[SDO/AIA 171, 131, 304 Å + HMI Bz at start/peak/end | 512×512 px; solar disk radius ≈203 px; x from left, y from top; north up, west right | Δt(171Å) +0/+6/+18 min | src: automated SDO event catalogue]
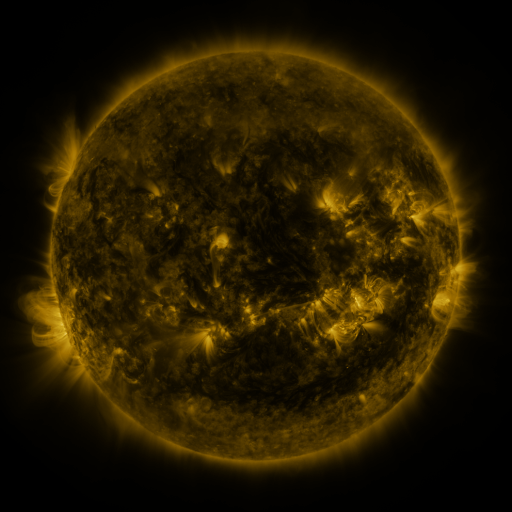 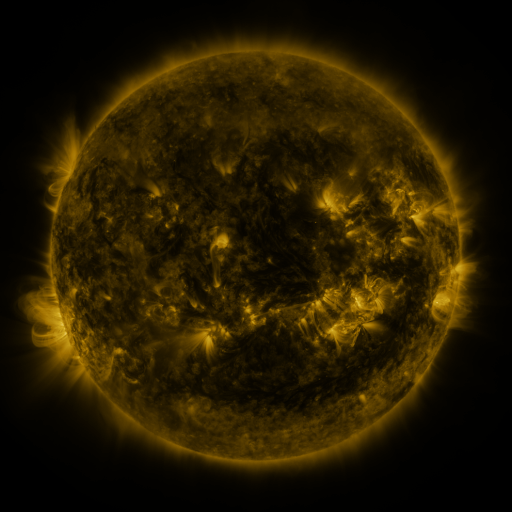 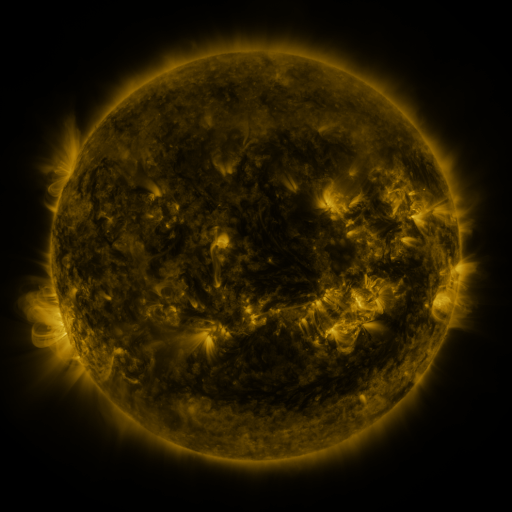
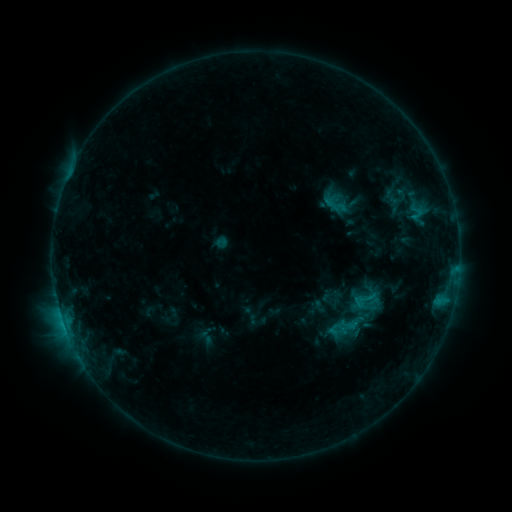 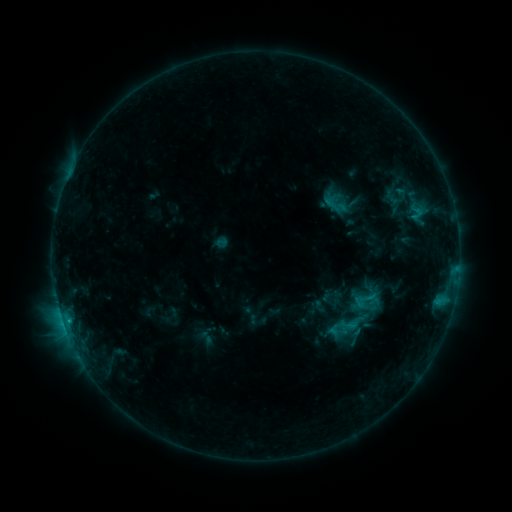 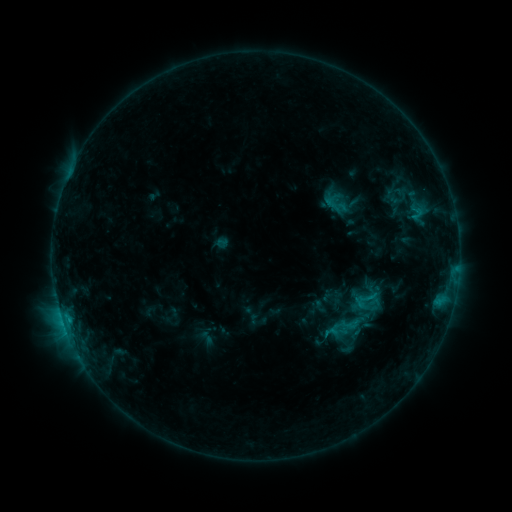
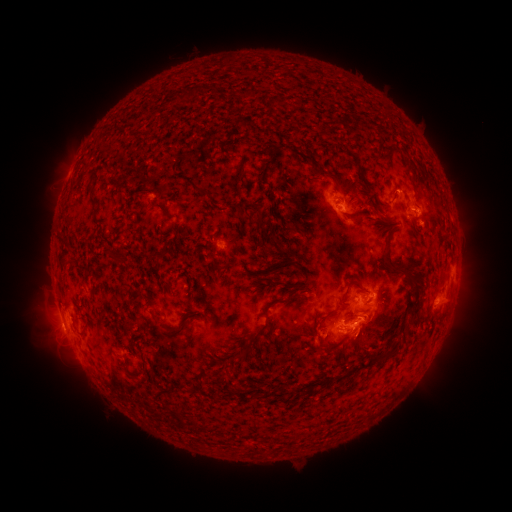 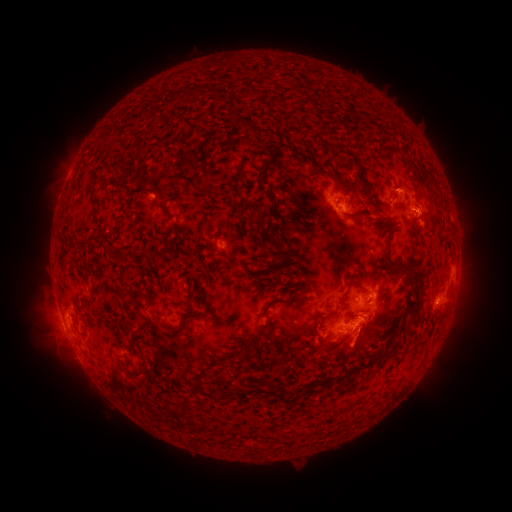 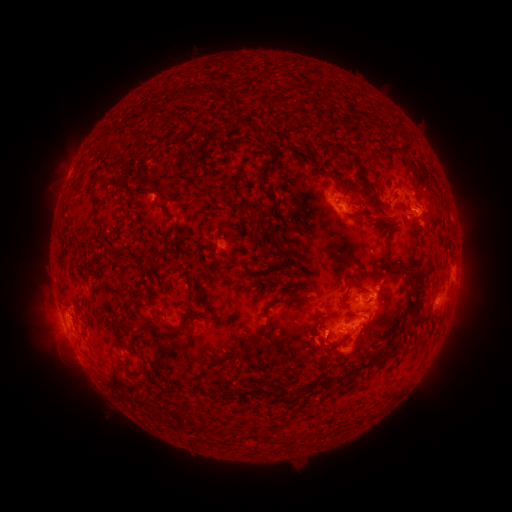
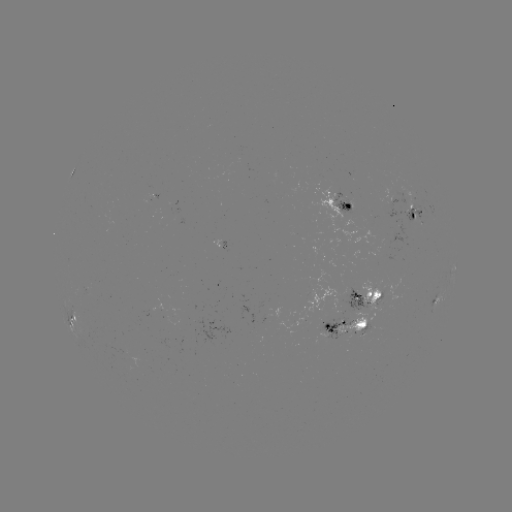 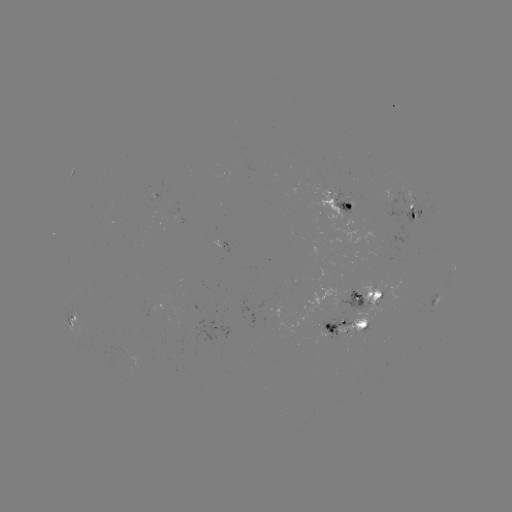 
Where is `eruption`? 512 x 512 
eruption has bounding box [323, 329, 377, 380].